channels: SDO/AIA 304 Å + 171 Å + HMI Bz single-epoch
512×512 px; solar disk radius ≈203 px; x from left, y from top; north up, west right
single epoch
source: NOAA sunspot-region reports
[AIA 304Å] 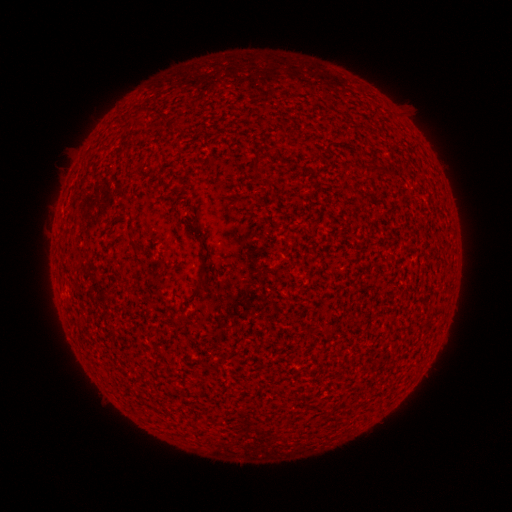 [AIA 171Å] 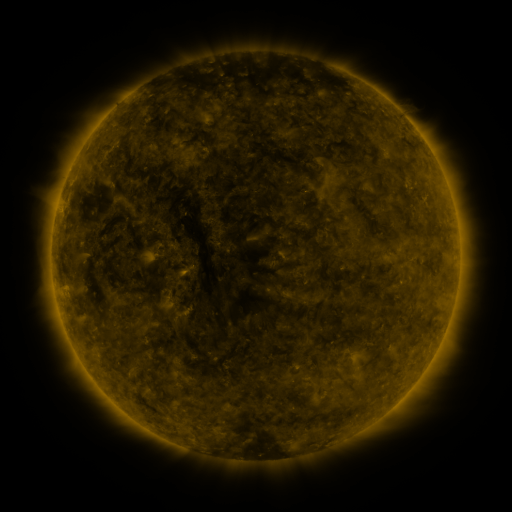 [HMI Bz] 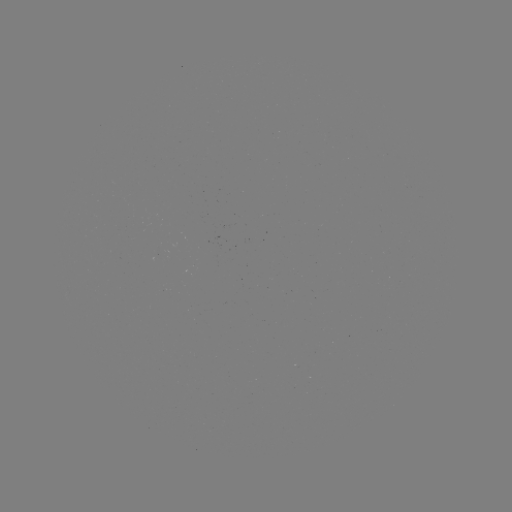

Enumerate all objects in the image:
(none)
